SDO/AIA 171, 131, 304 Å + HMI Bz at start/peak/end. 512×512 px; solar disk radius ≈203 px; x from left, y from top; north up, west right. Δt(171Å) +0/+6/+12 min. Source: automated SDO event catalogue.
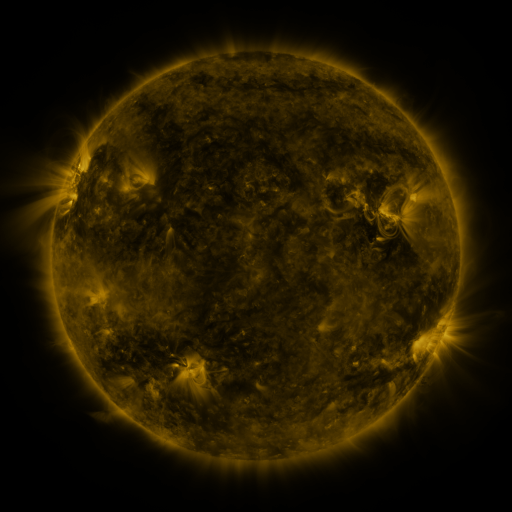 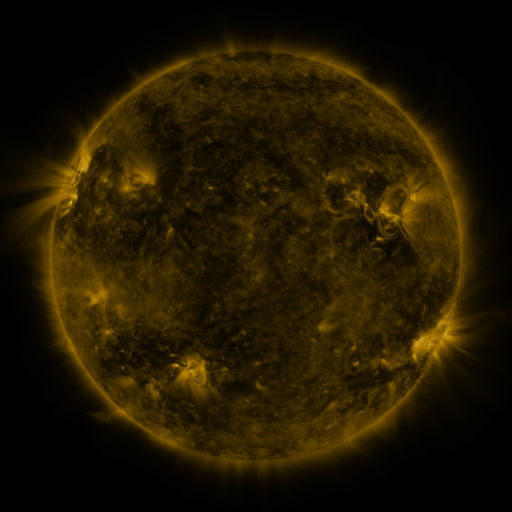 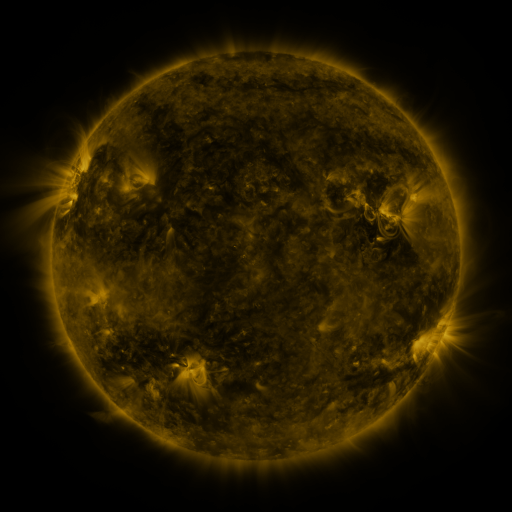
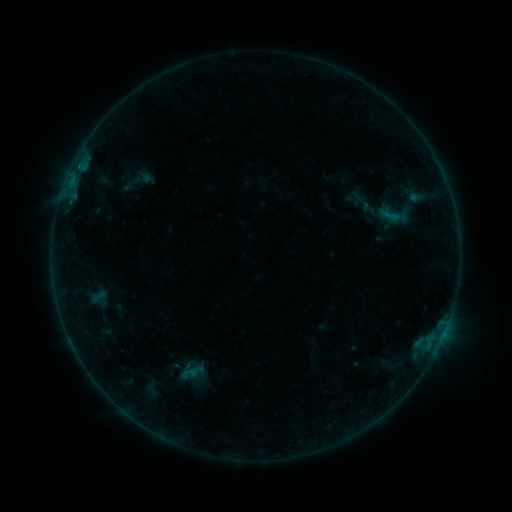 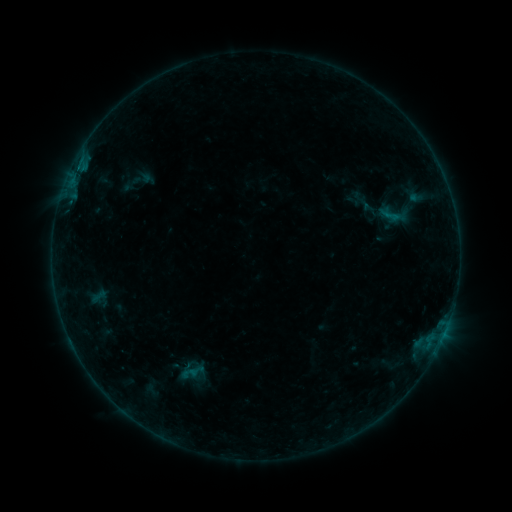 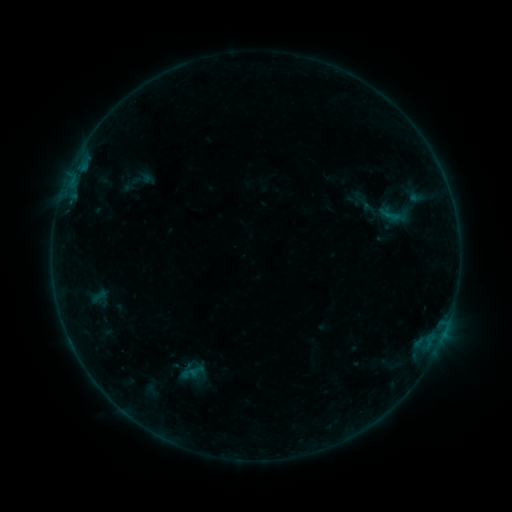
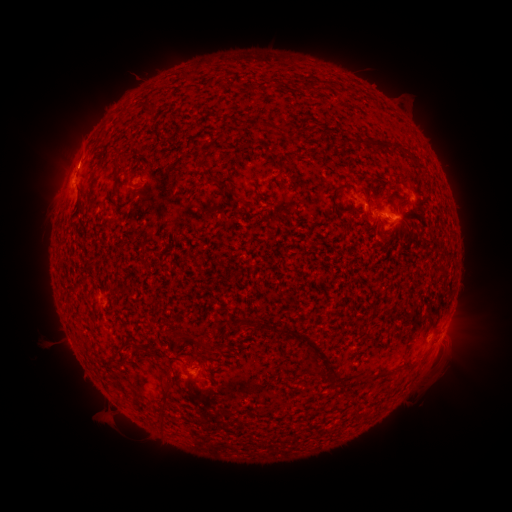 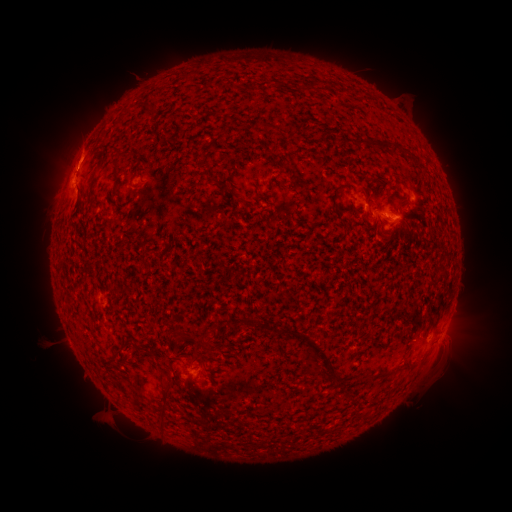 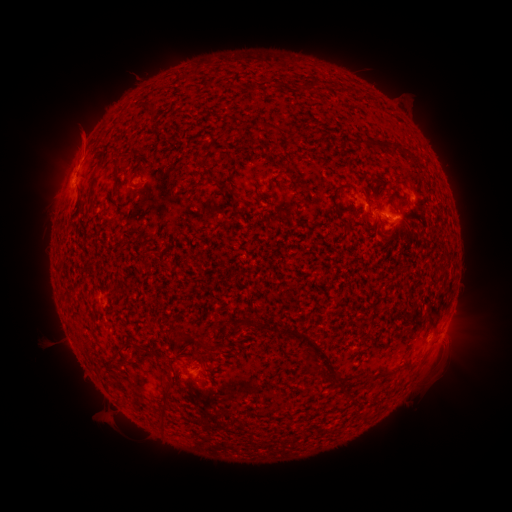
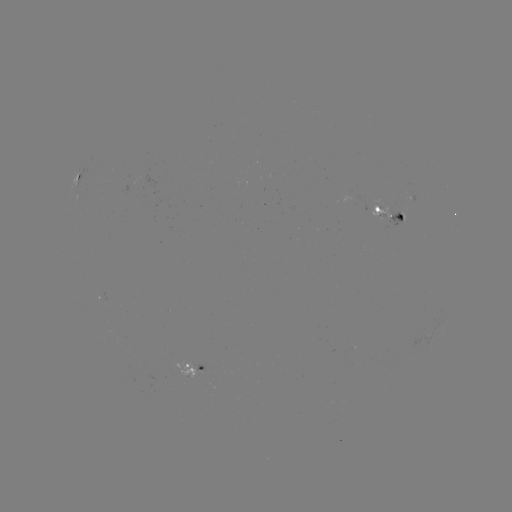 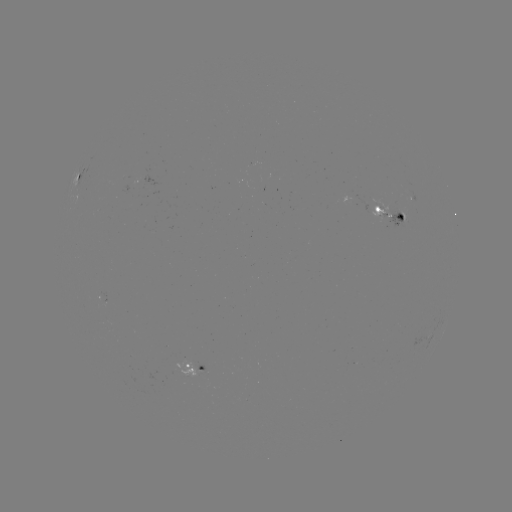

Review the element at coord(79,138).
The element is eruption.